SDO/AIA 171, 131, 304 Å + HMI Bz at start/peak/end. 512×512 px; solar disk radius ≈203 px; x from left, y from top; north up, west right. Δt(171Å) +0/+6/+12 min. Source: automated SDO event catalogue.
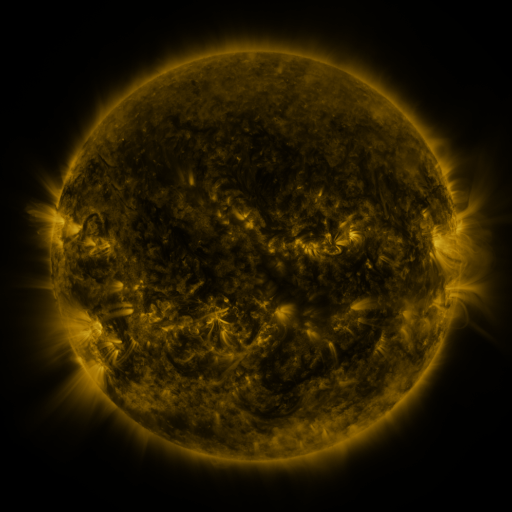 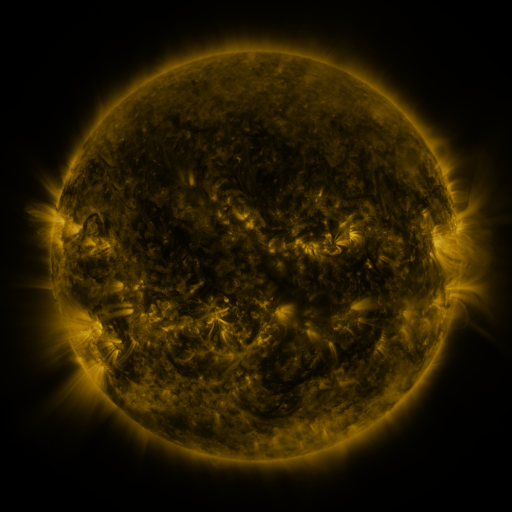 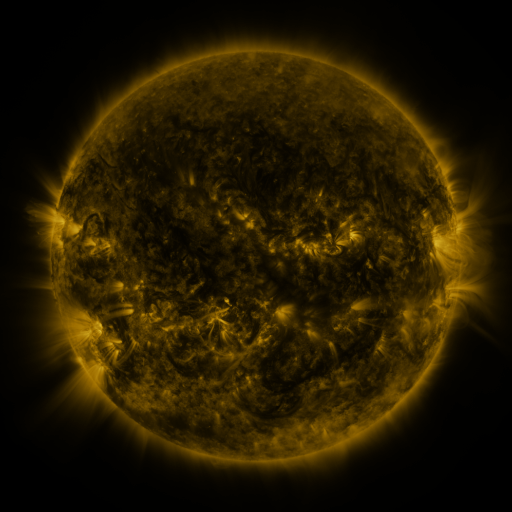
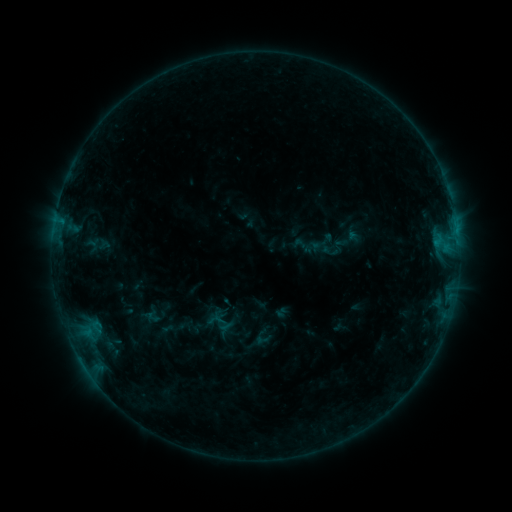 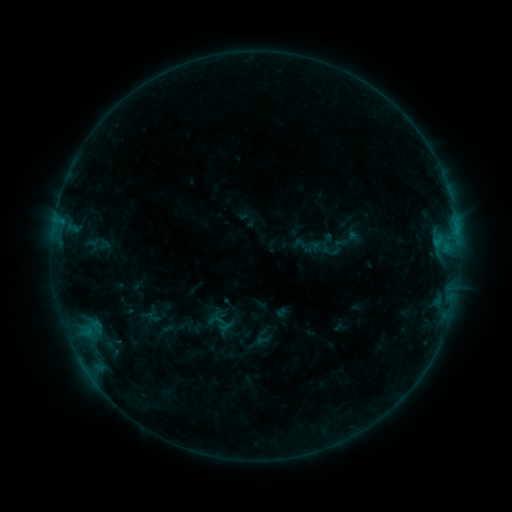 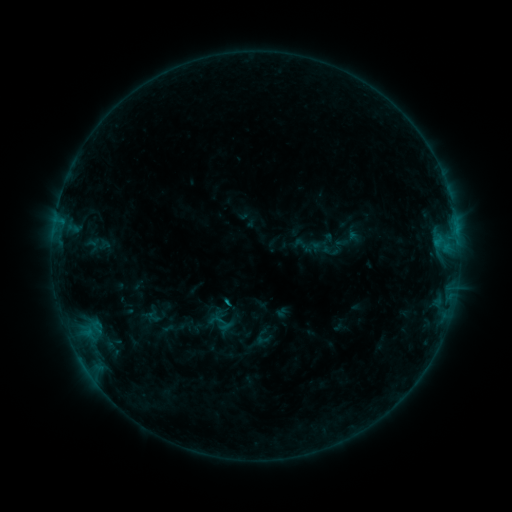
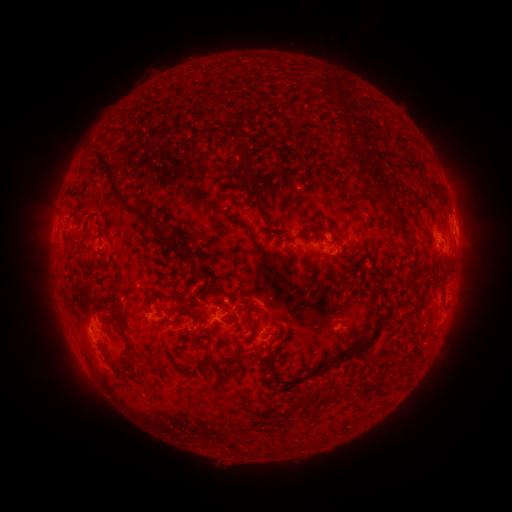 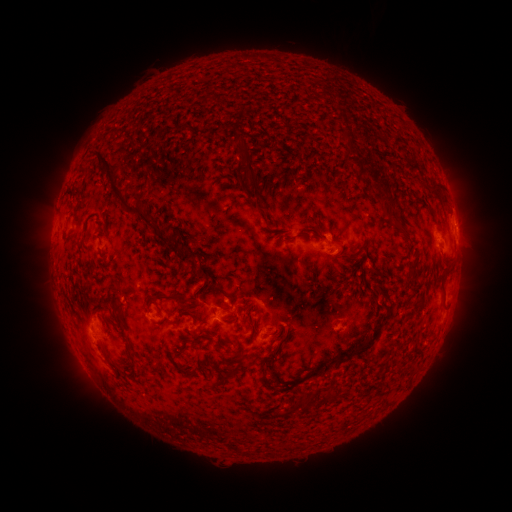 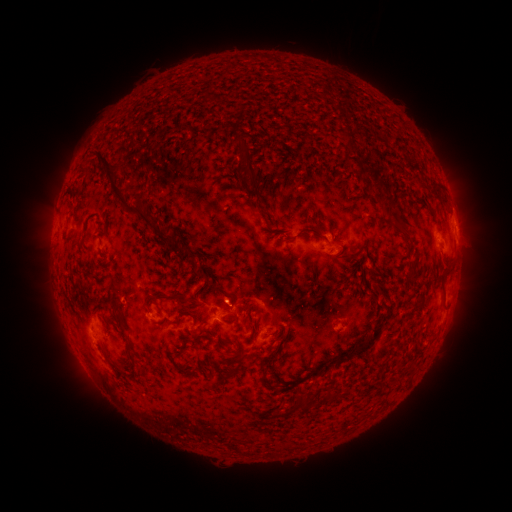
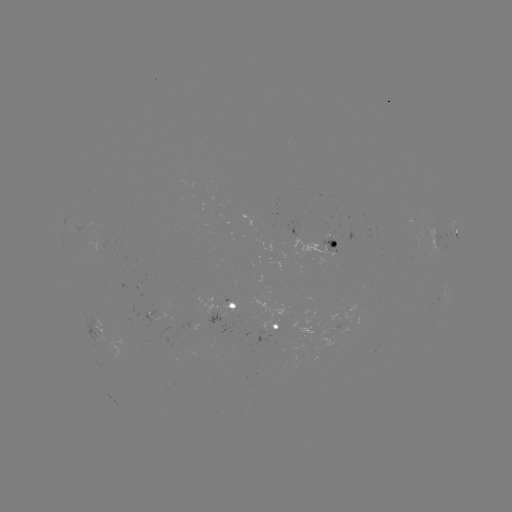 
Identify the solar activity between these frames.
eruption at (230, 294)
